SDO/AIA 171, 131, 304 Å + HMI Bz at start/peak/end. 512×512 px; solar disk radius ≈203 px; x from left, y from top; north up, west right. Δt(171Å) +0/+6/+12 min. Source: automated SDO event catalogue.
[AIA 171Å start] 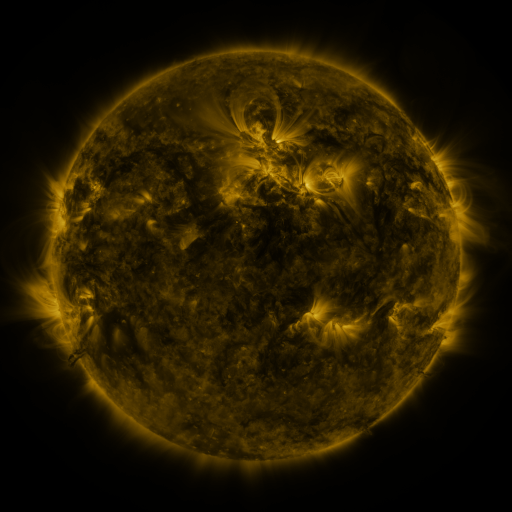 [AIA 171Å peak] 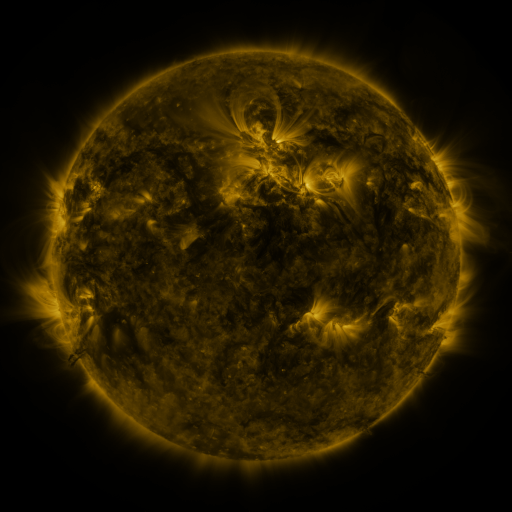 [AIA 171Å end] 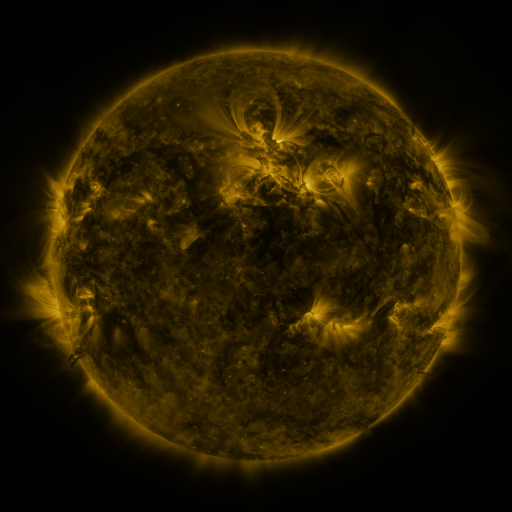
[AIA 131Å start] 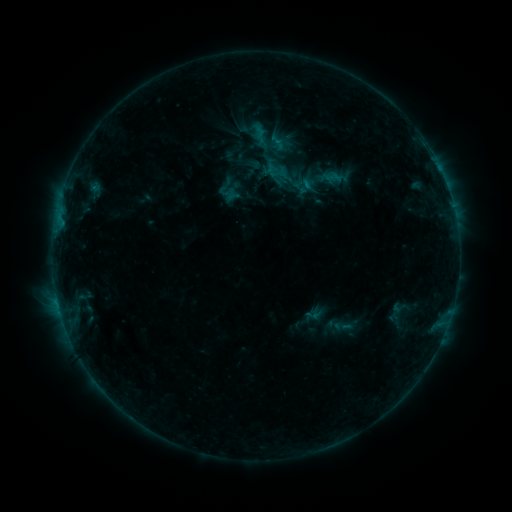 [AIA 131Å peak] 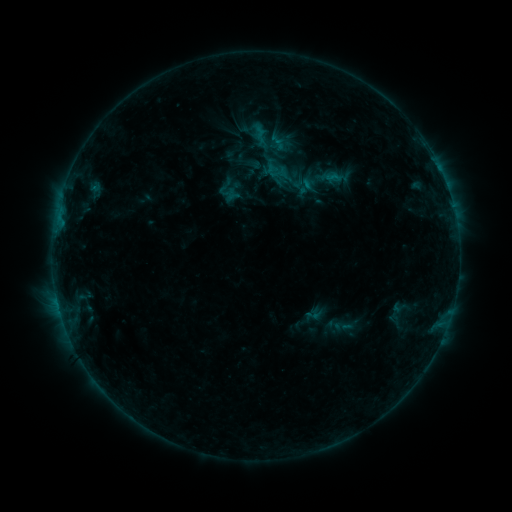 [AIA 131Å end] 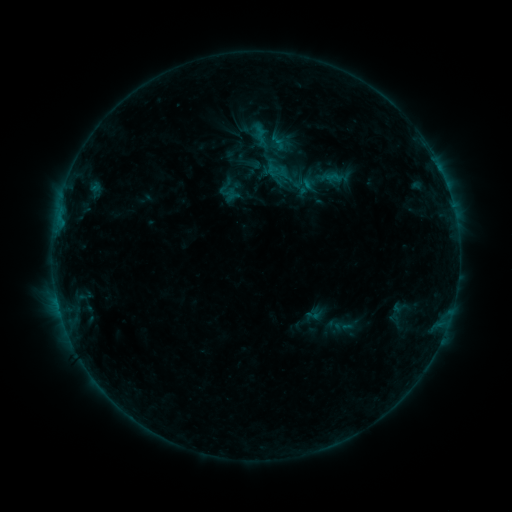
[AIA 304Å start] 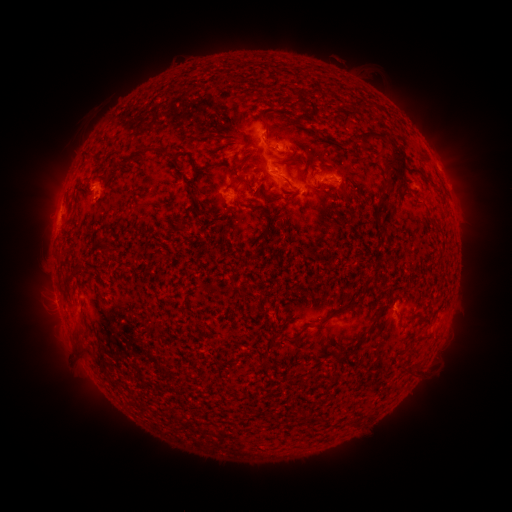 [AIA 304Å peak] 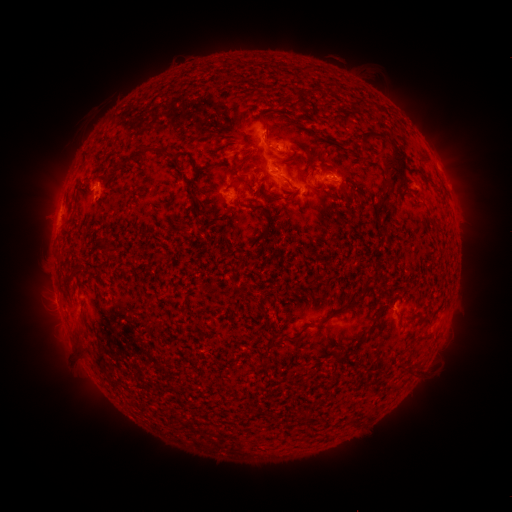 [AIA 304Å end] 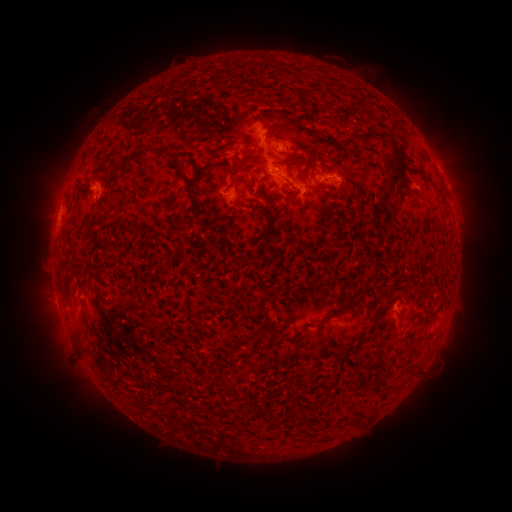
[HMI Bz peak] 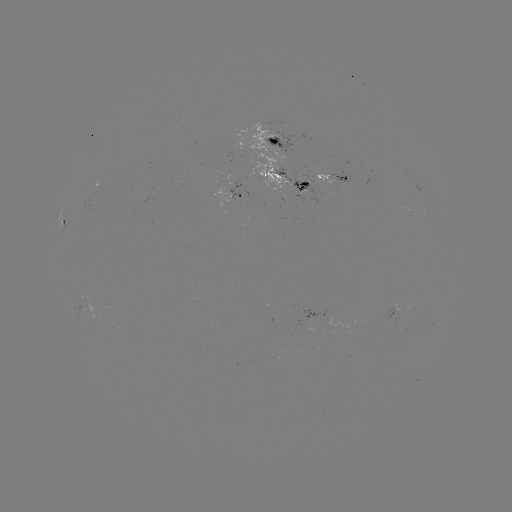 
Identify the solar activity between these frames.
no classed flare was catalogued and no EUV brightening was flagged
